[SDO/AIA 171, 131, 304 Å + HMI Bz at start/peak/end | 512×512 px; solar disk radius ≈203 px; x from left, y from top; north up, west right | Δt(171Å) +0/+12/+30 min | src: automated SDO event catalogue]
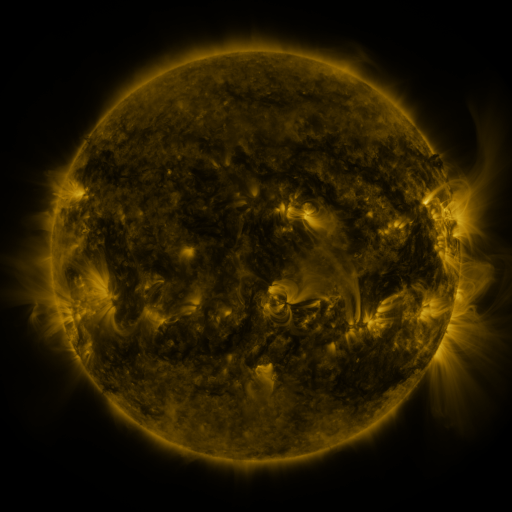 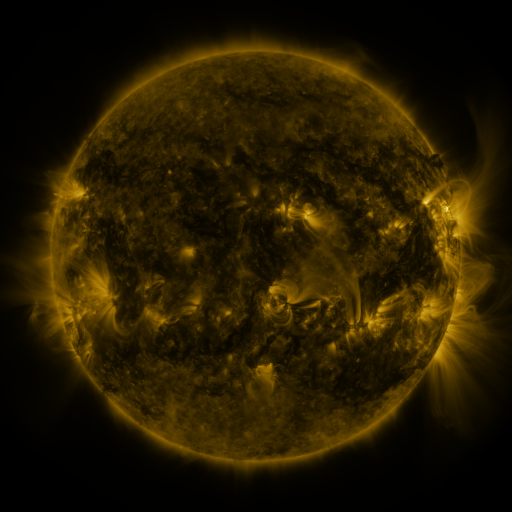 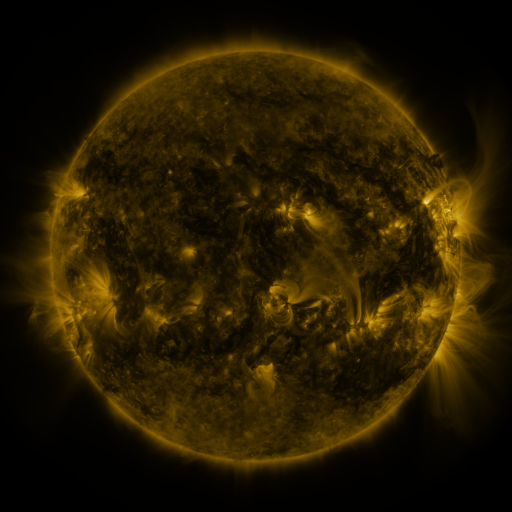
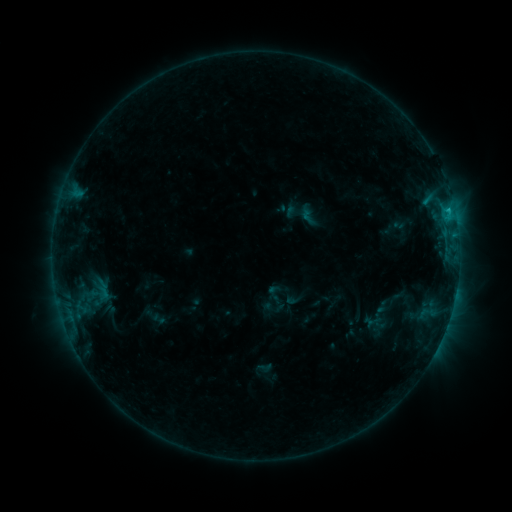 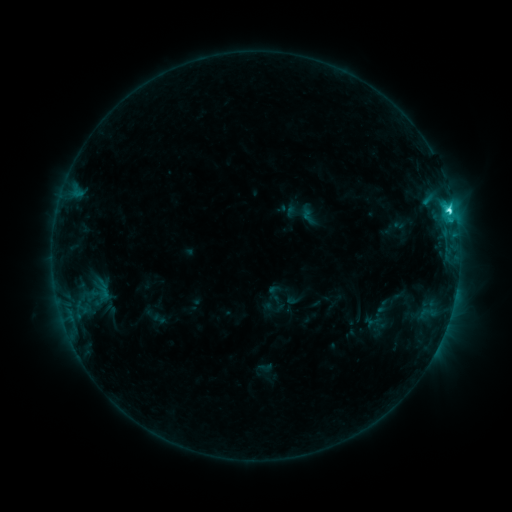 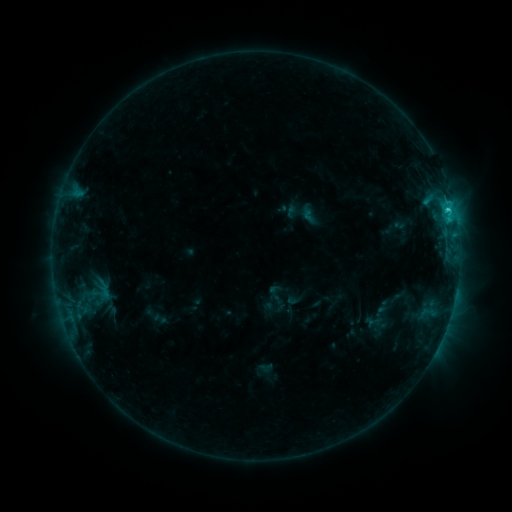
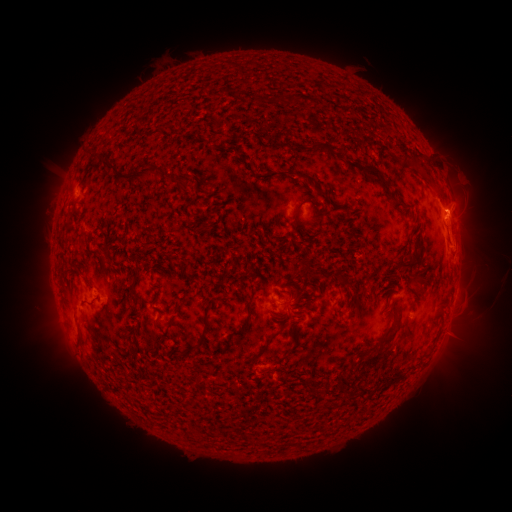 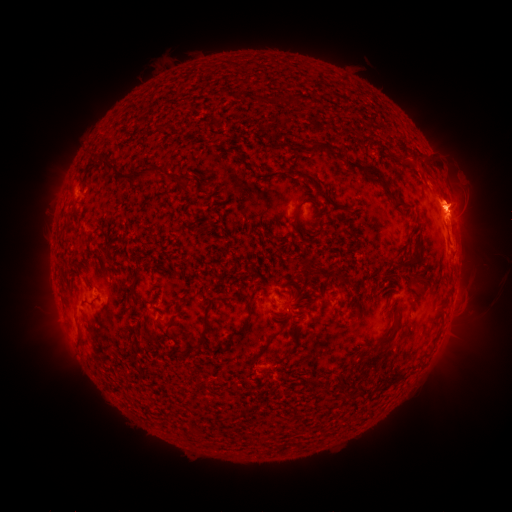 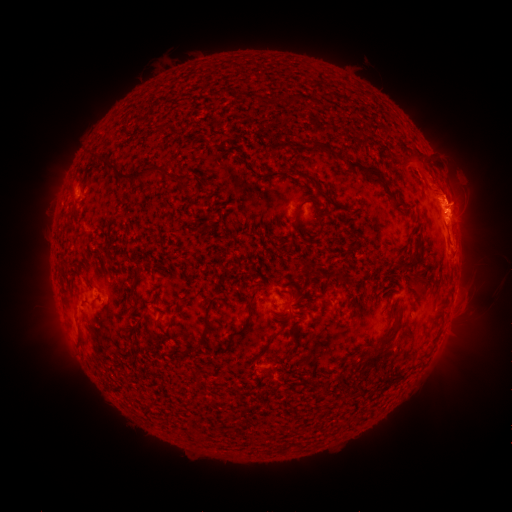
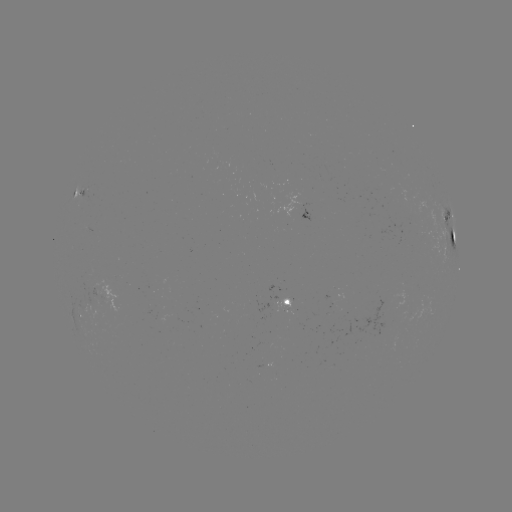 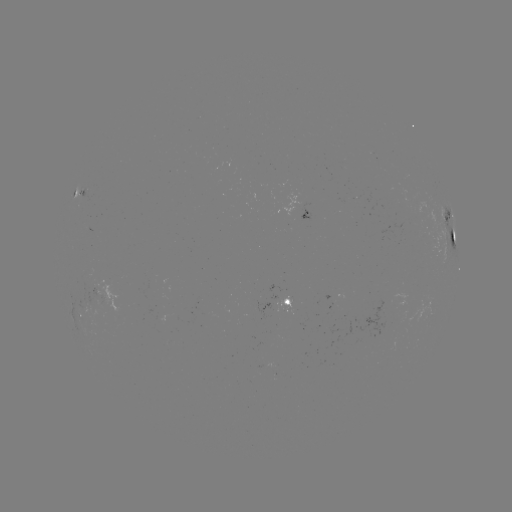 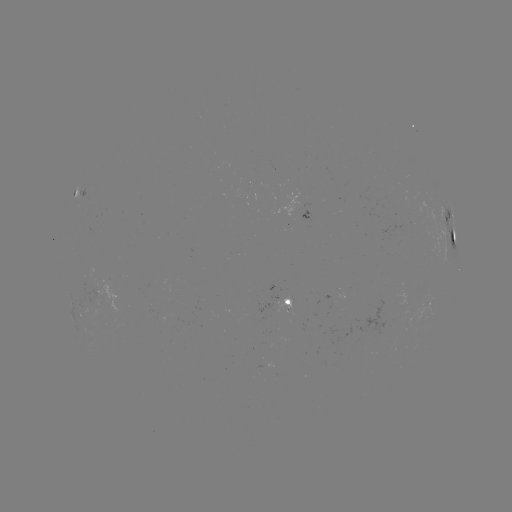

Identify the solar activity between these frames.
eruption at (443, 188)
